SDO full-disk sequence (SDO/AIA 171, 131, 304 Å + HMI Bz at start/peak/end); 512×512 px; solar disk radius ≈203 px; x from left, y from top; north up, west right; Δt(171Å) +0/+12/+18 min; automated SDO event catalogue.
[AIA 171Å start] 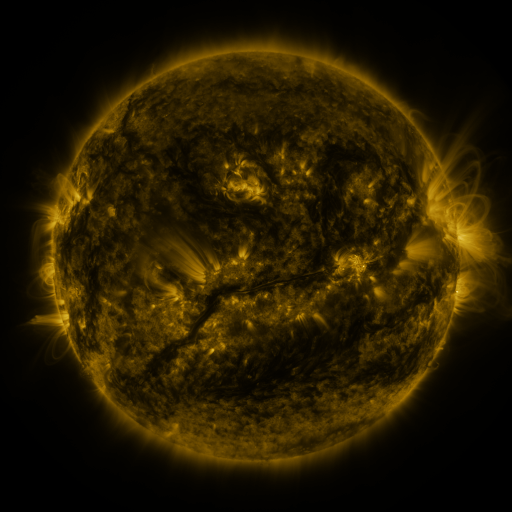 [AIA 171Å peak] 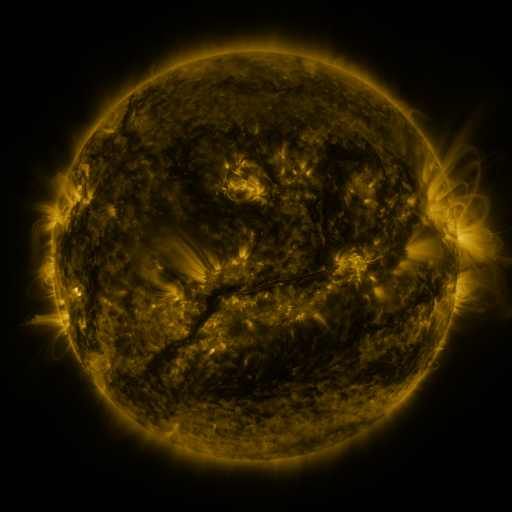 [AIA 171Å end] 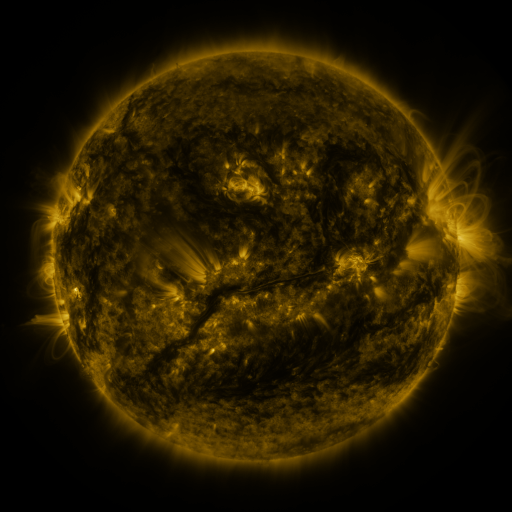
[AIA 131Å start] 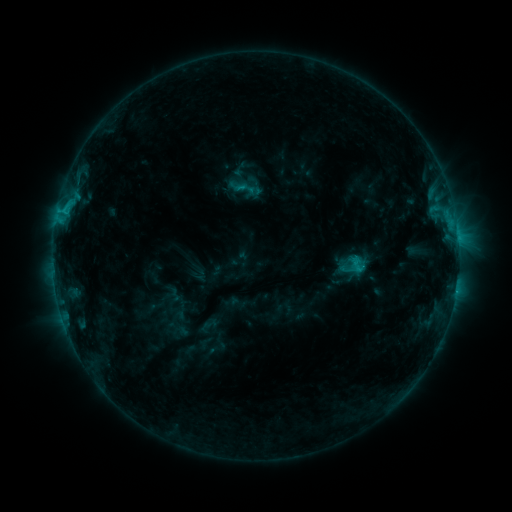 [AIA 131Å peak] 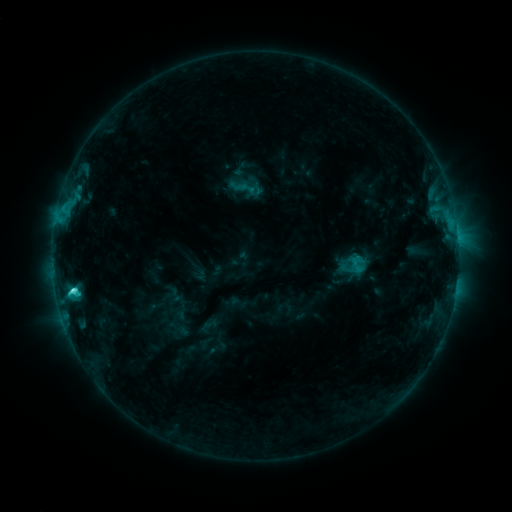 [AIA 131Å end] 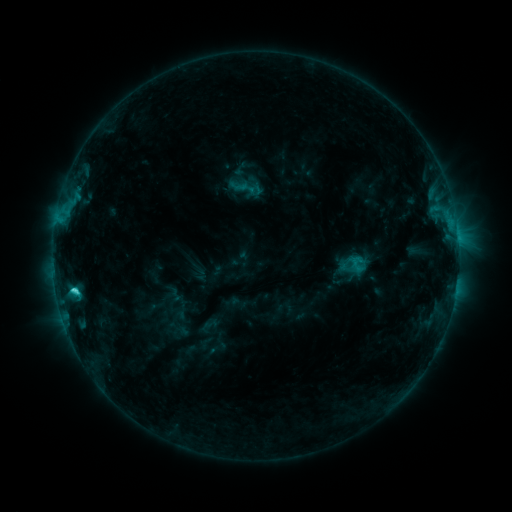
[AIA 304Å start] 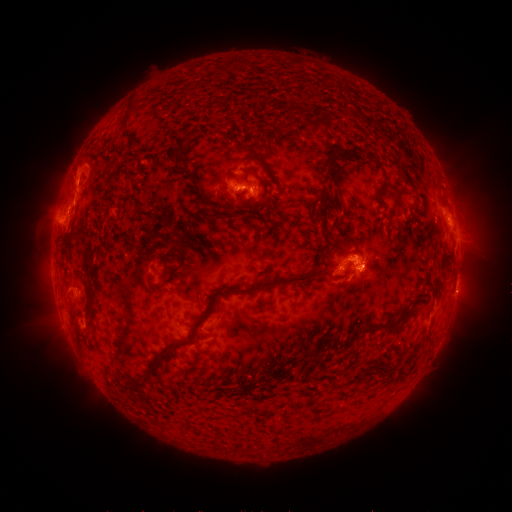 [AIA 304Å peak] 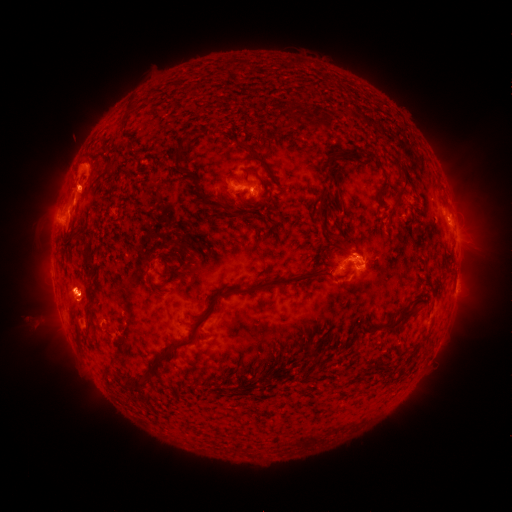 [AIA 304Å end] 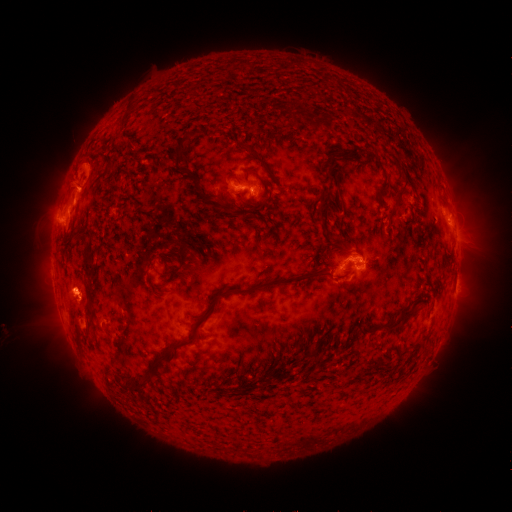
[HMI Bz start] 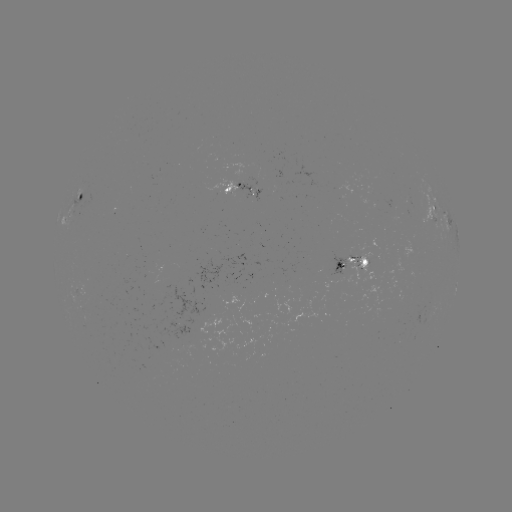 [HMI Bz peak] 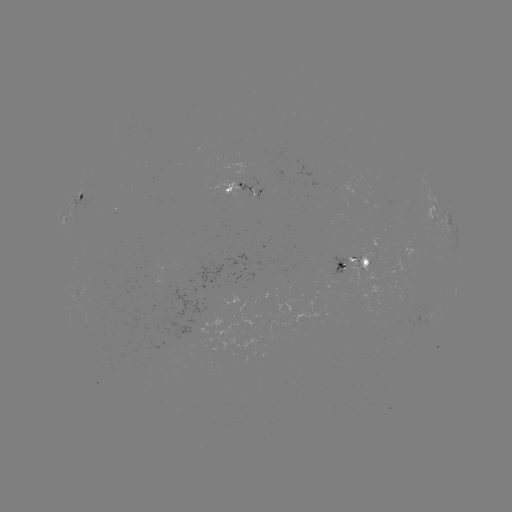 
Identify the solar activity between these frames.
C3.7 flare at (74, 288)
